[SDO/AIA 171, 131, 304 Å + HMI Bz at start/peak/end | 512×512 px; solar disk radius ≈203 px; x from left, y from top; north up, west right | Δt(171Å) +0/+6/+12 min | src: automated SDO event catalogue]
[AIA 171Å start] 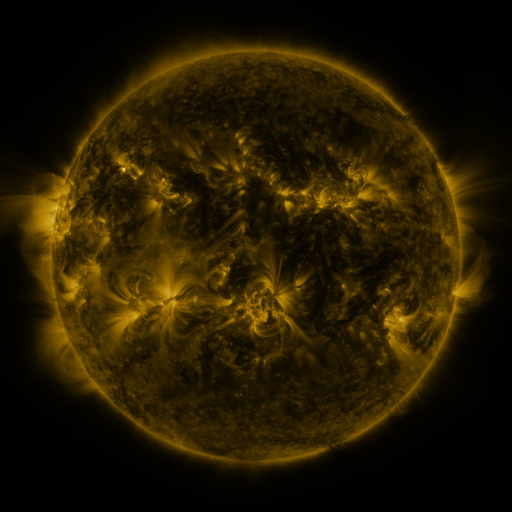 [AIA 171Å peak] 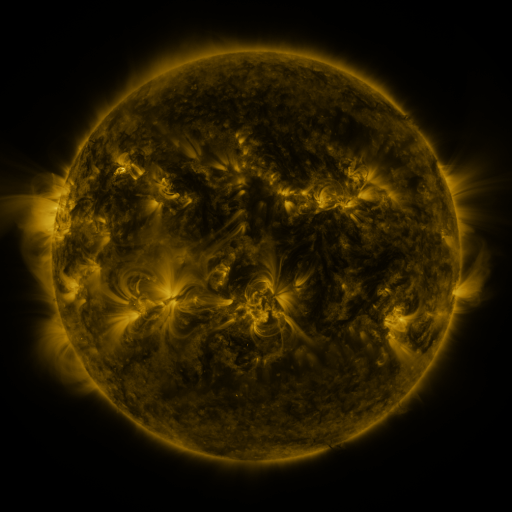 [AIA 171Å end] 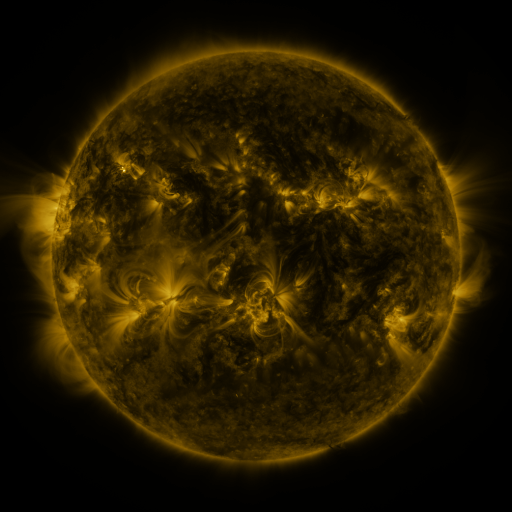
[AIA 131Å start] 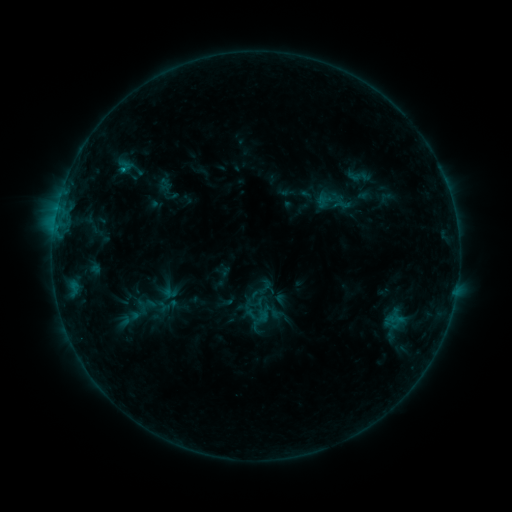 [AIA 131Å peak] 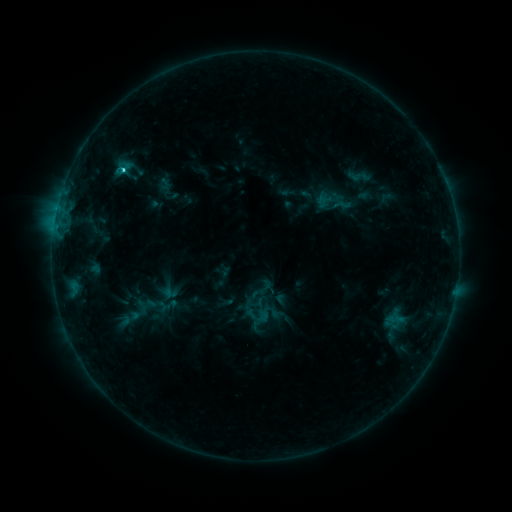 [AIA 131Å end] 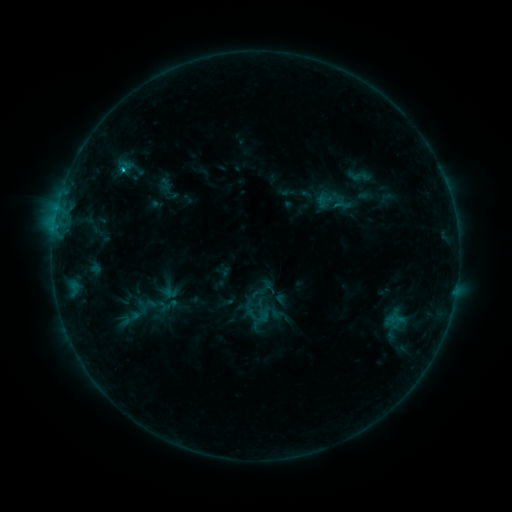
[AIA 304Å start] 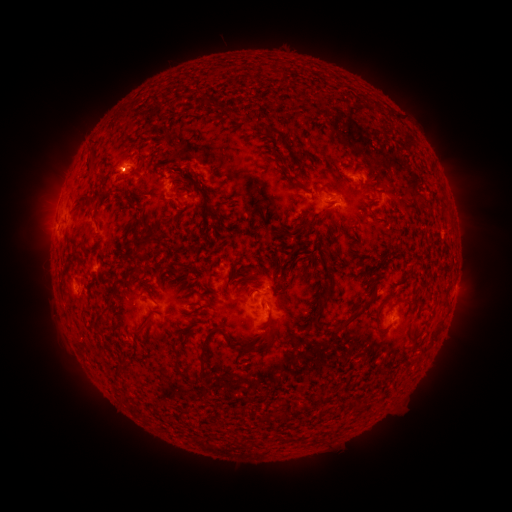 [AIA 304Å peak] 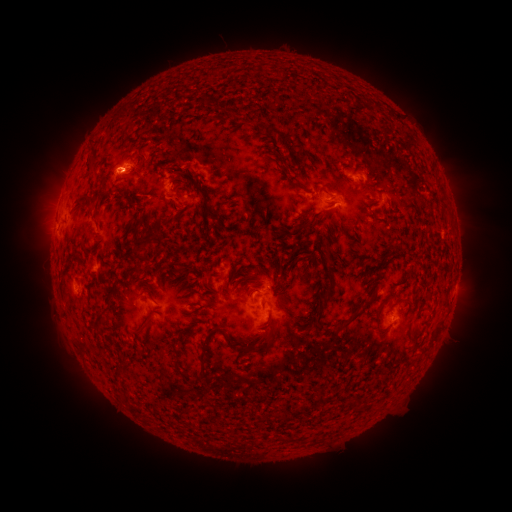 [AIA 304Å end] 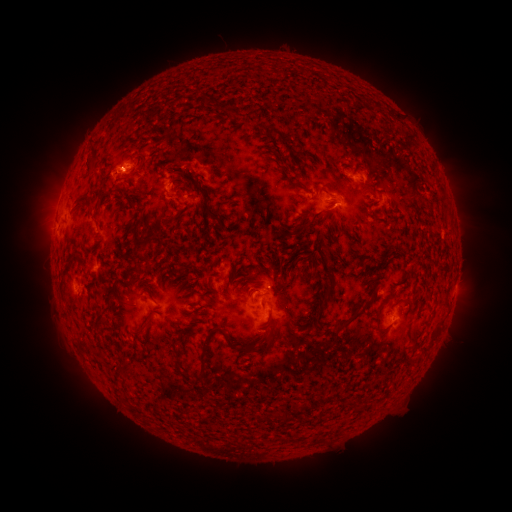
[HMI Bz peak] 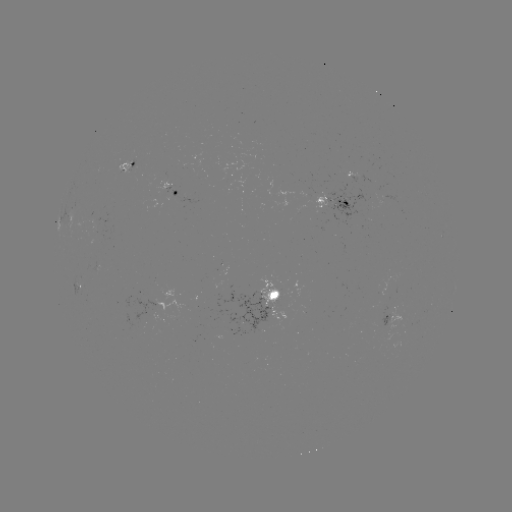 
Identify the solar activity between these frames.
C1.2 flare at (123, 171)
